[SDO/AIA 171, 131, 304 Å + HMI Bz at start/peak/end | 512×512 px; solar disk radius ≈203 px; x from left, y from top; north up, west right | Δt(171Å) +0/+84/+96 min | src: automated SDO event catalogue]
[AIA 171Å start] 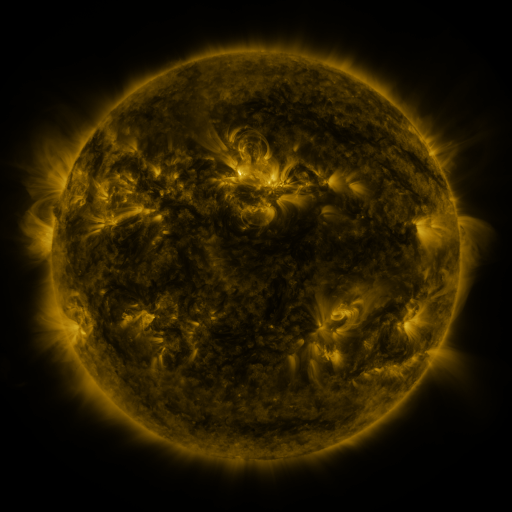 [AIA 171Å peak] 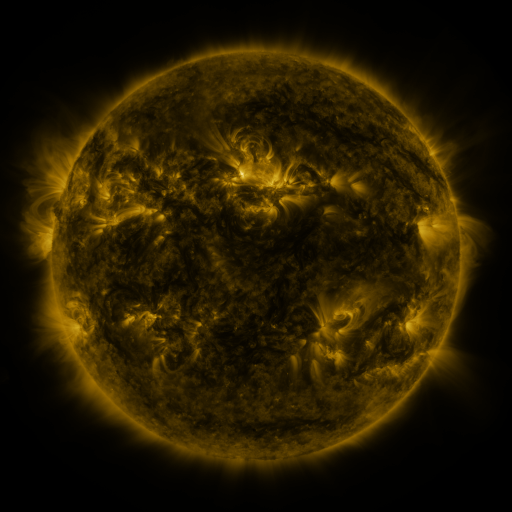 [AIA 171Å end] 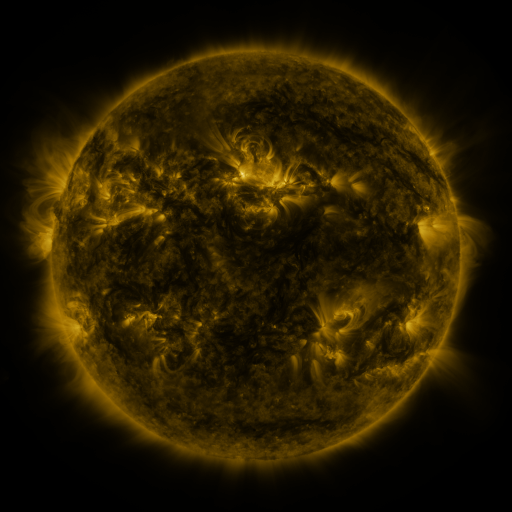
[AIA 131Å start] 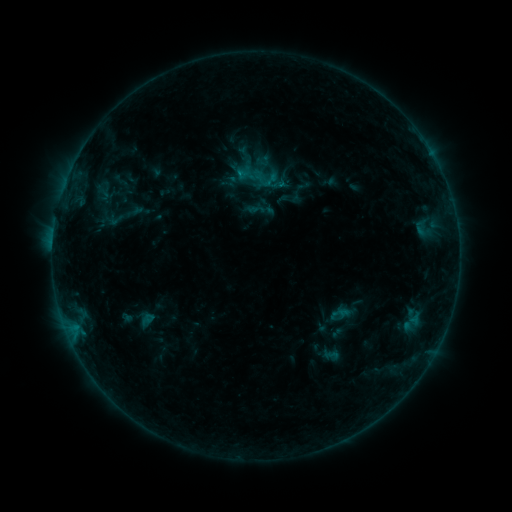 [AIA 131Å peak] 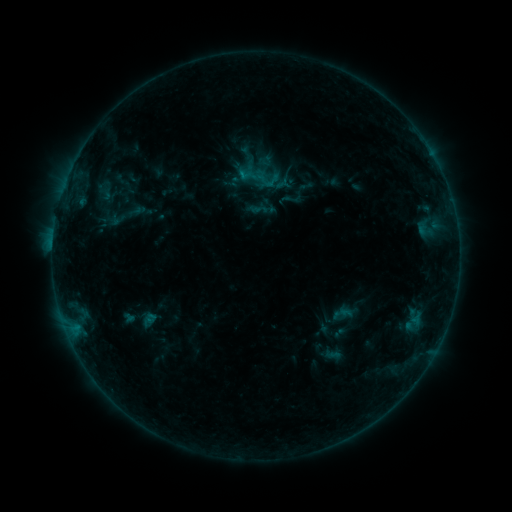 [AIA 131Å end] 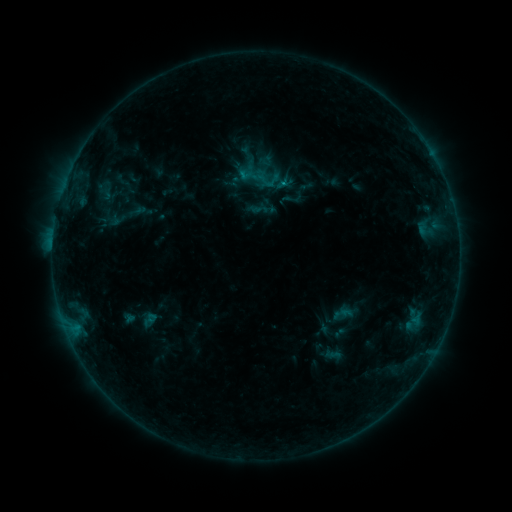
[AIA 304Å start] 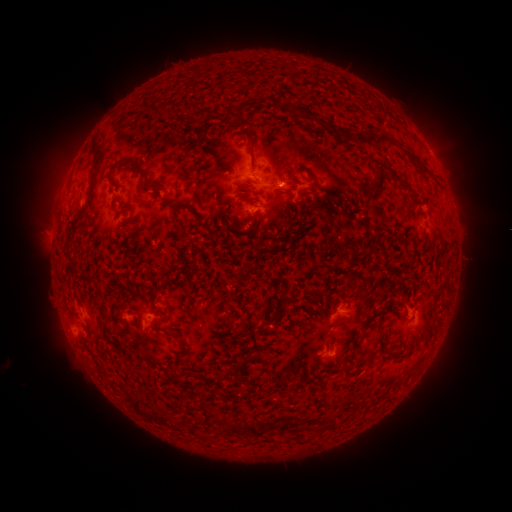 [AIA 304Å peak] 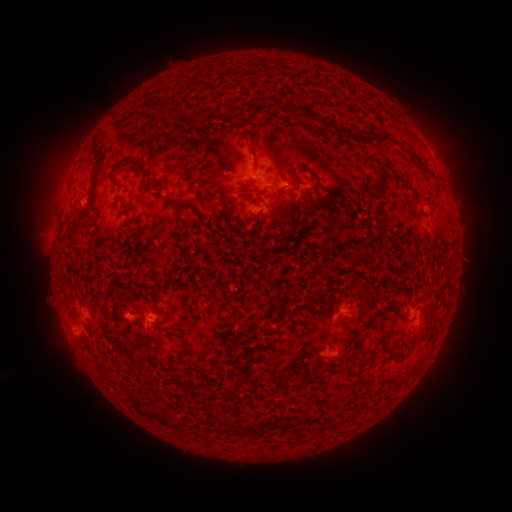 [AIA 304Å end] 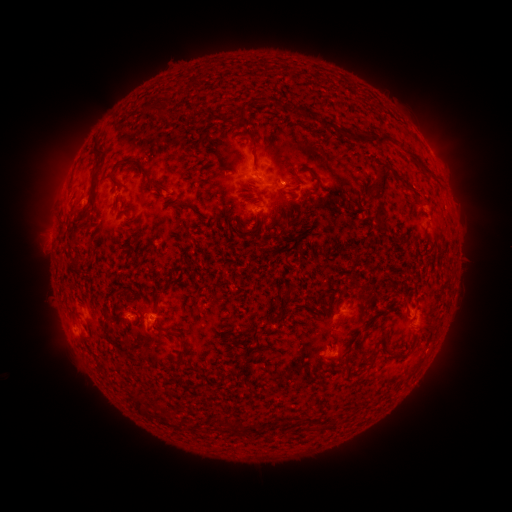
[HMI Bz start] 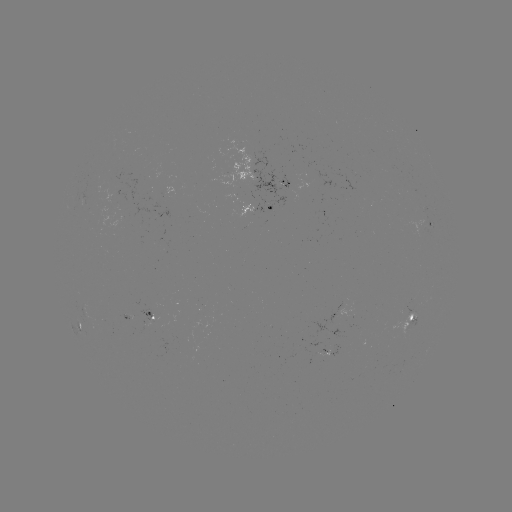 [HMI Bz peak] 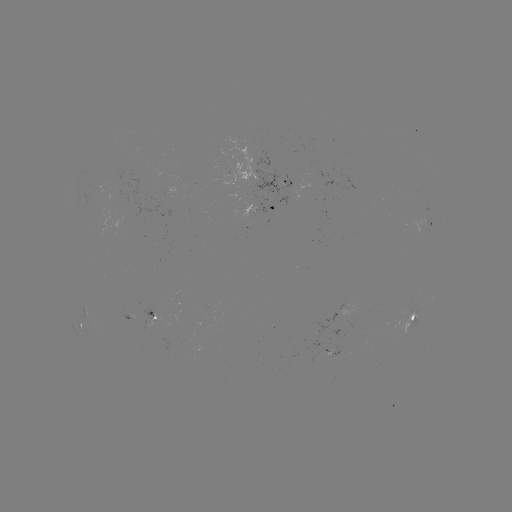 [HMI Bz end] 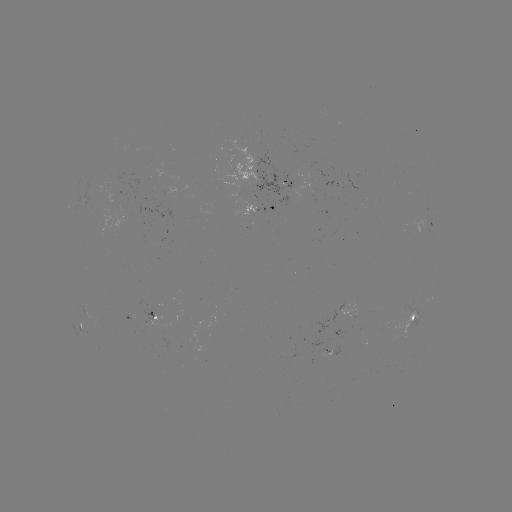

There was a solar emerging-flux region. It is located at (200, 326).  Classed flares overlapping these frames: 2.